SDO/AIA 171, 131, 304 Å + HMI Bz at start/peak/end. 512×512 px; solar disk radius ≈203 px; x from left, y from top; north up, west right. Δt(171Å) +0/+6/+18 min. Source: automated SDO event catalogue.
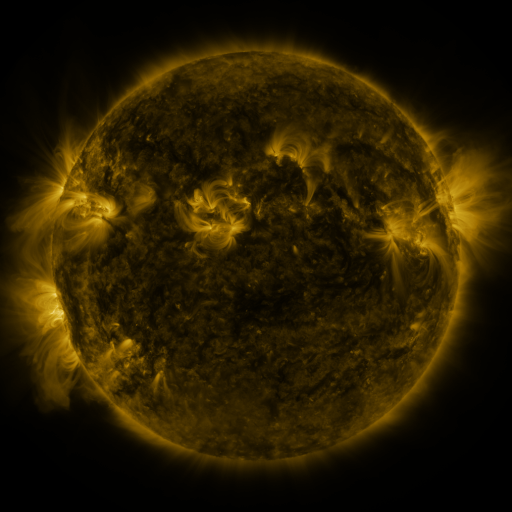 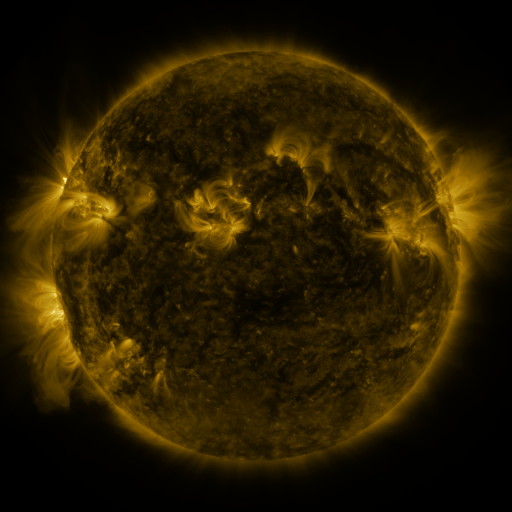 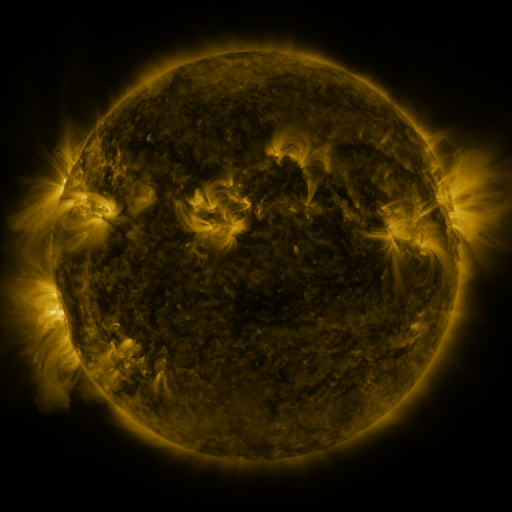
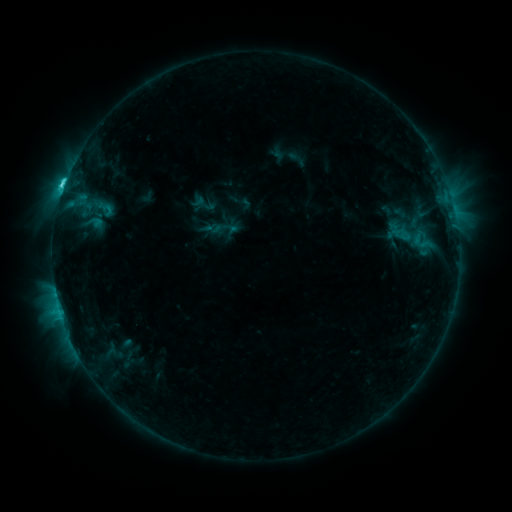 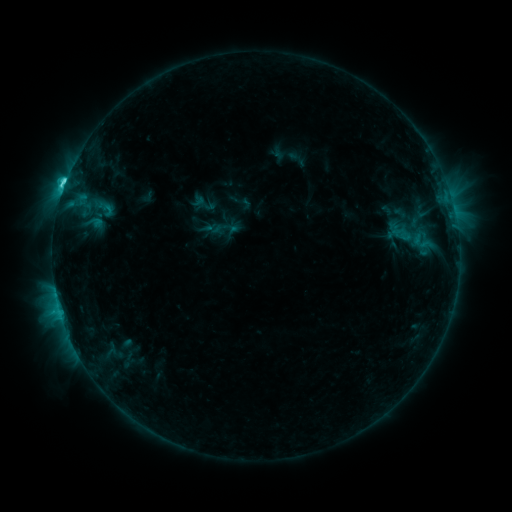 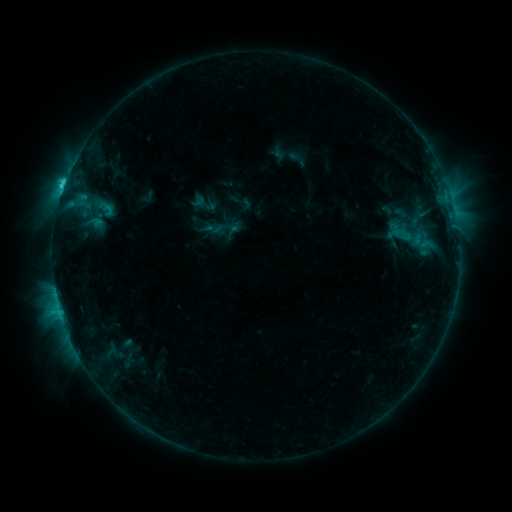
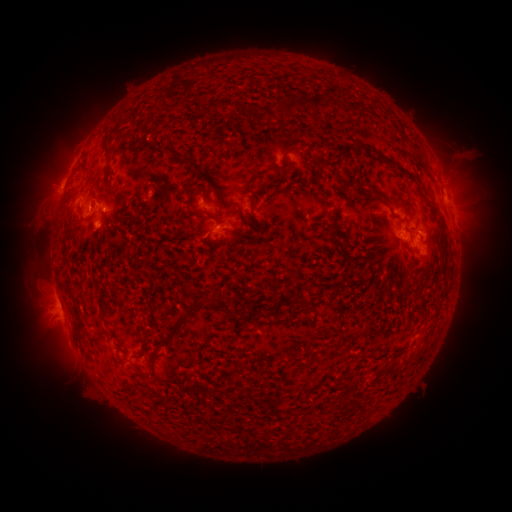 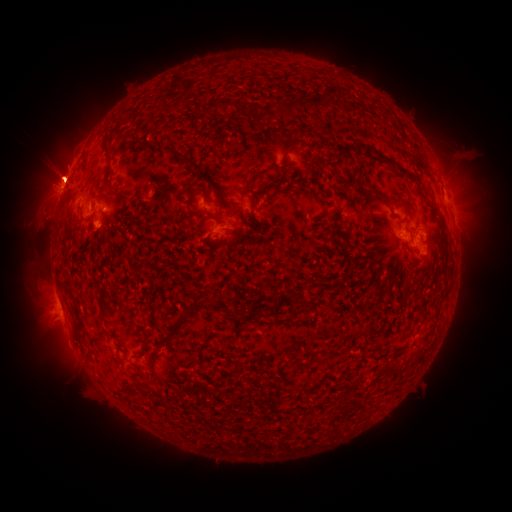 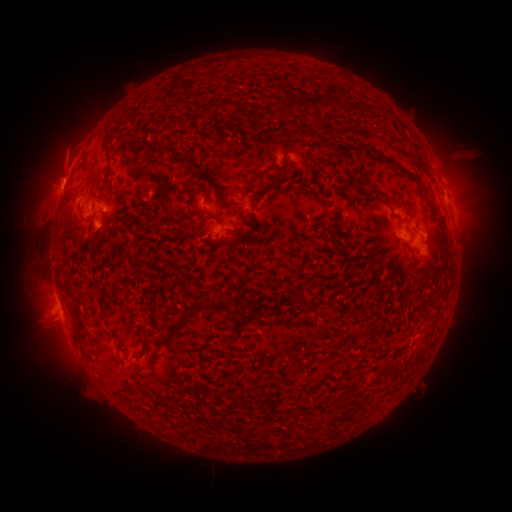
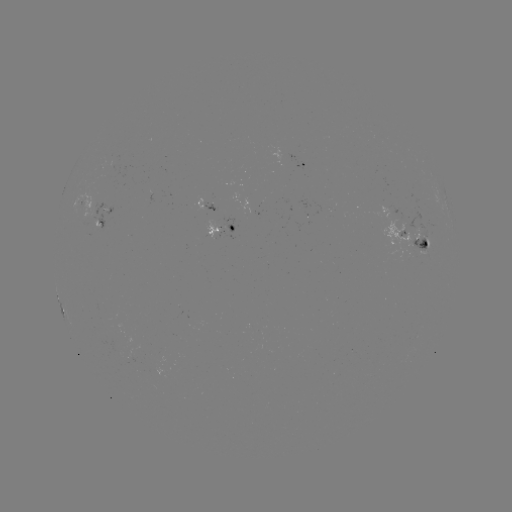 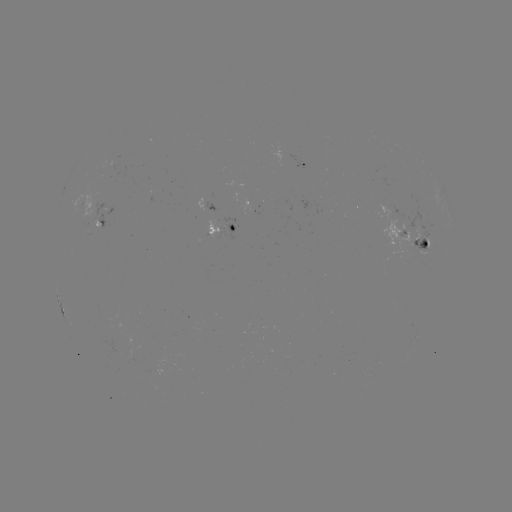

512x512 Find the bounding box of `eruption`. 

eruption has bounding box [21, 133, 109, 229].